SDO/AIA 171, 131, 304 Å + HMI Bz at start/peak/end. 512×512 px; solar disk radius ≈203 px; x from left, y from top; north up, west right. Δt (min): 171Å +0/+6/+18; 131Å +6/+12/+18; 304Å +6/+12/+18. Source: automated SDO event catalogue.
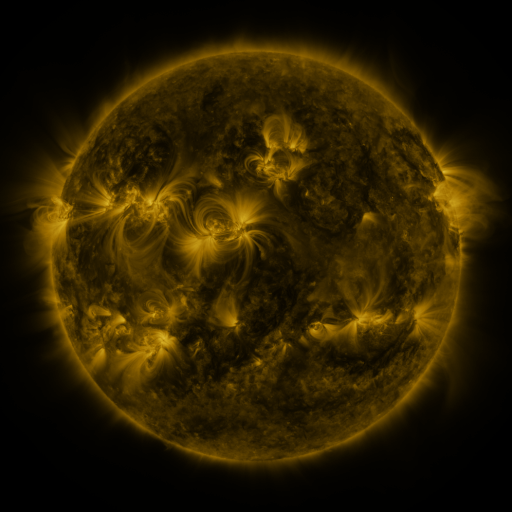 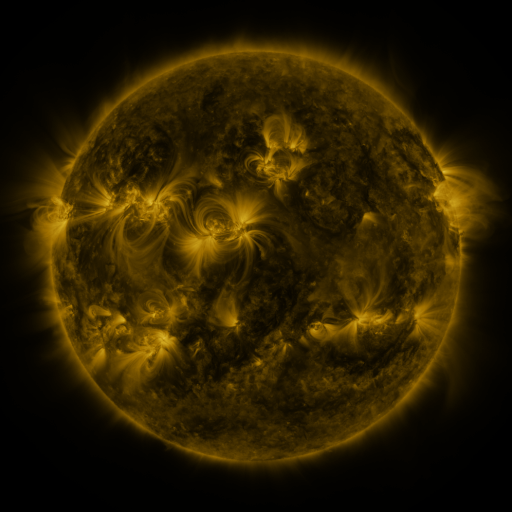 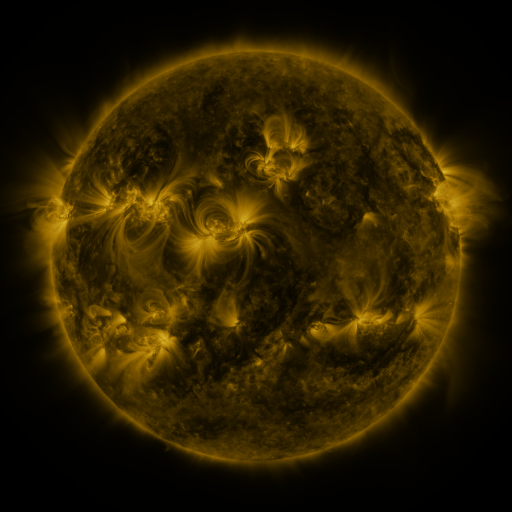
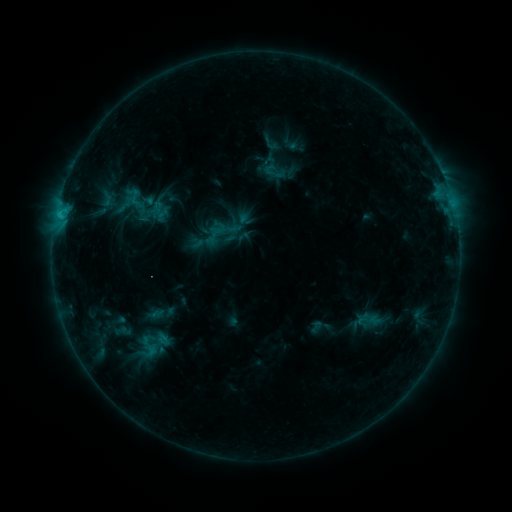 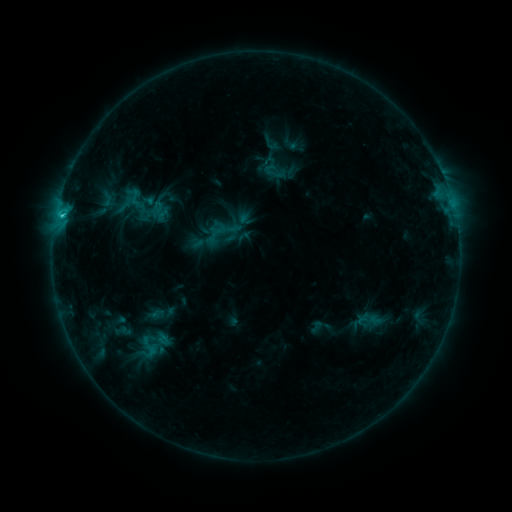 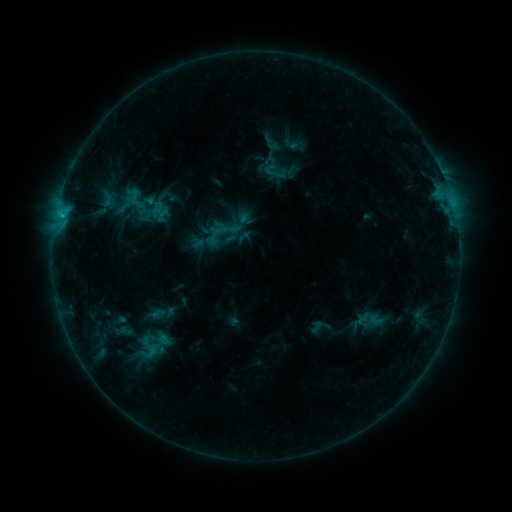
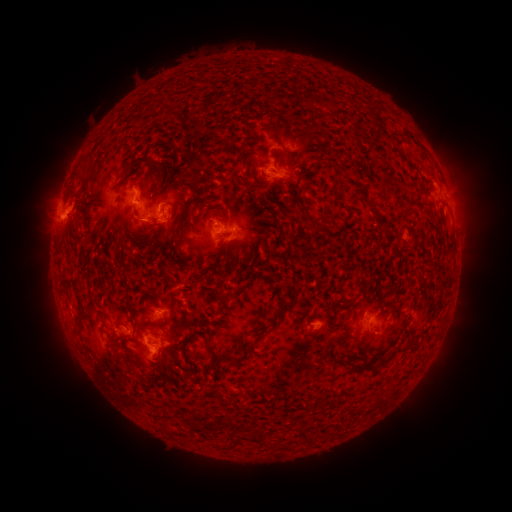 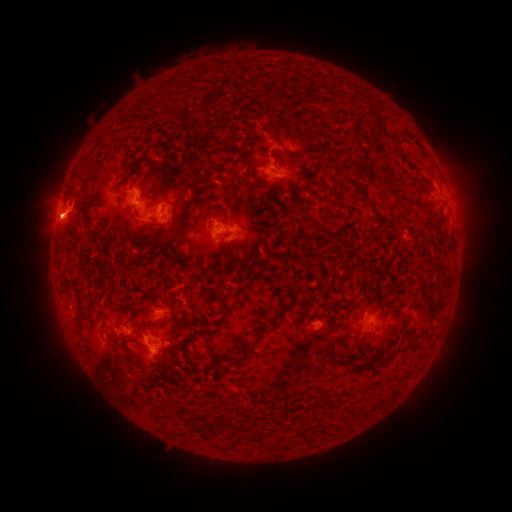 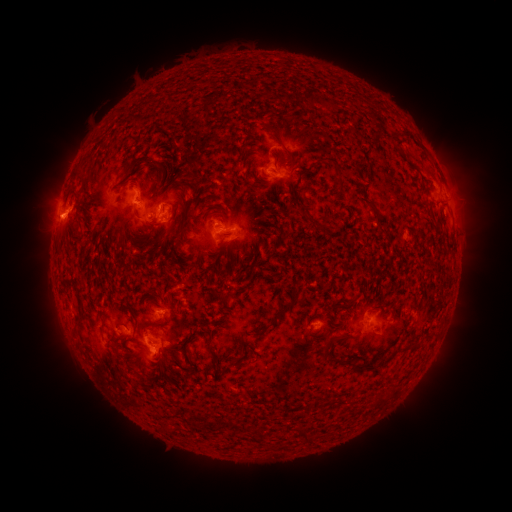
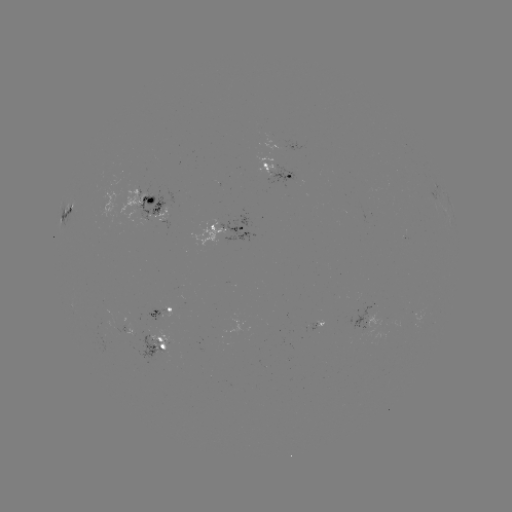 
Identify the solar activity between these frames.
eruption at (464, 185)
